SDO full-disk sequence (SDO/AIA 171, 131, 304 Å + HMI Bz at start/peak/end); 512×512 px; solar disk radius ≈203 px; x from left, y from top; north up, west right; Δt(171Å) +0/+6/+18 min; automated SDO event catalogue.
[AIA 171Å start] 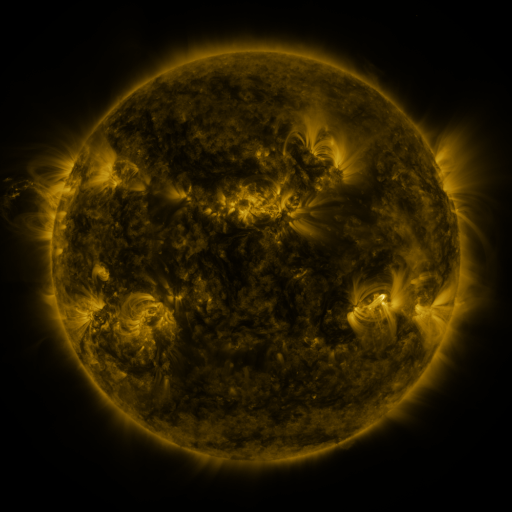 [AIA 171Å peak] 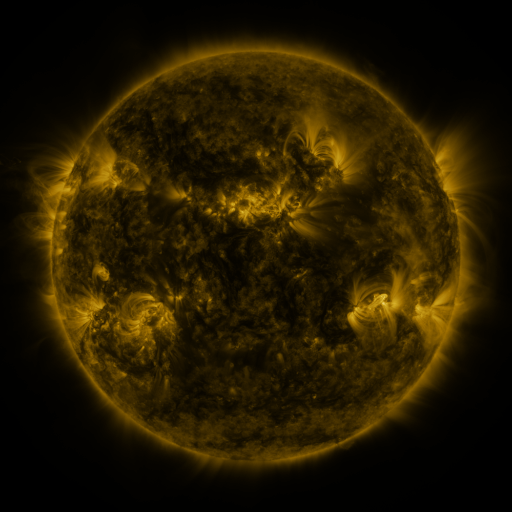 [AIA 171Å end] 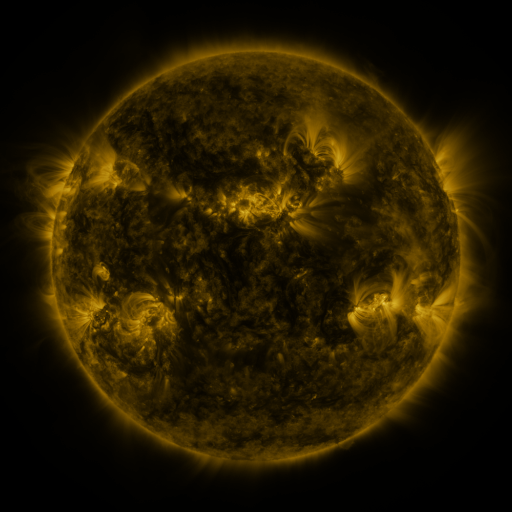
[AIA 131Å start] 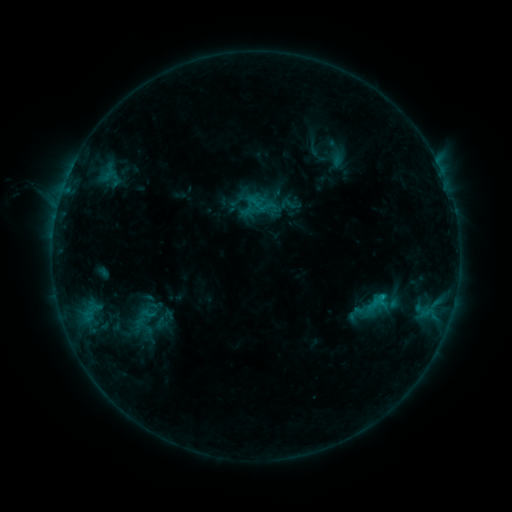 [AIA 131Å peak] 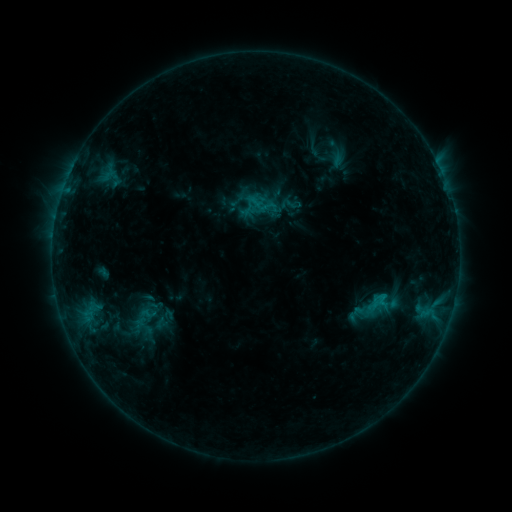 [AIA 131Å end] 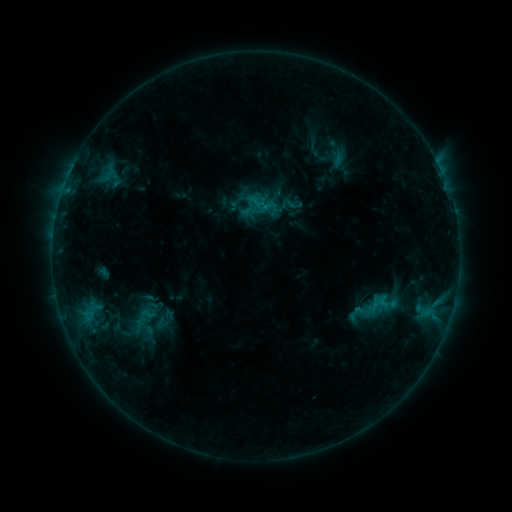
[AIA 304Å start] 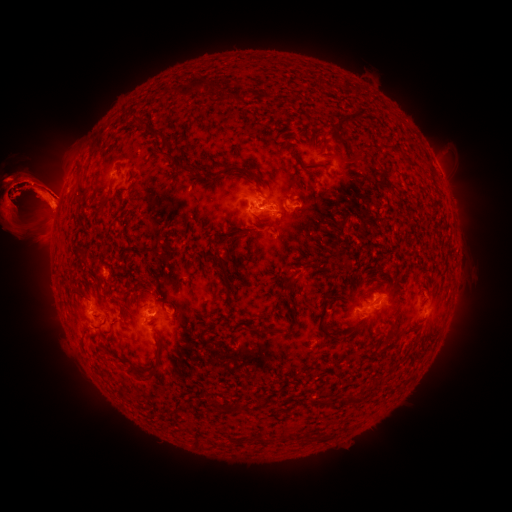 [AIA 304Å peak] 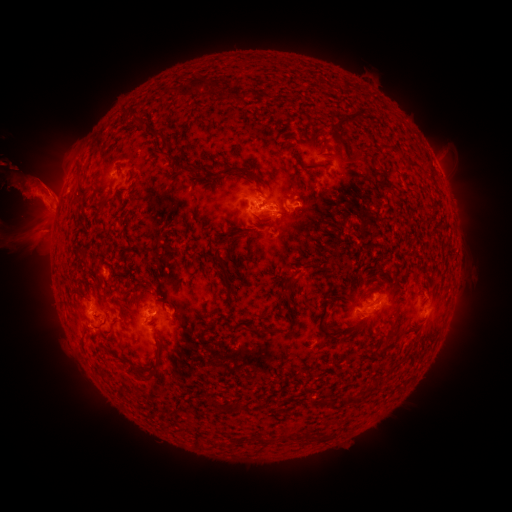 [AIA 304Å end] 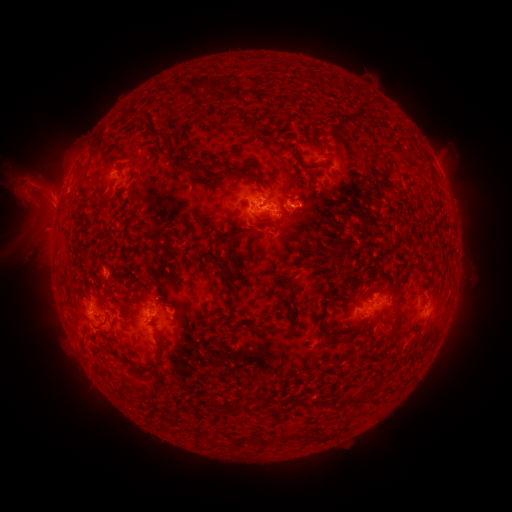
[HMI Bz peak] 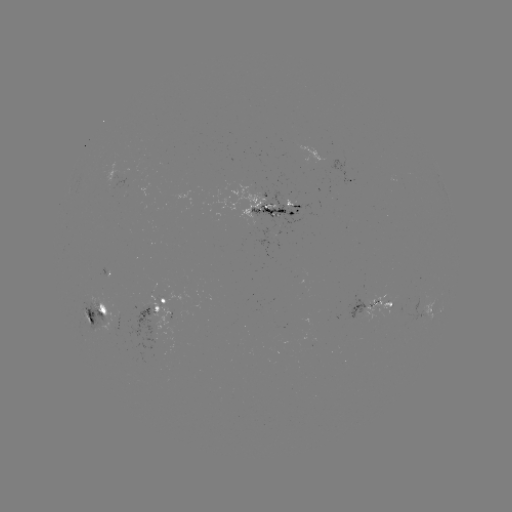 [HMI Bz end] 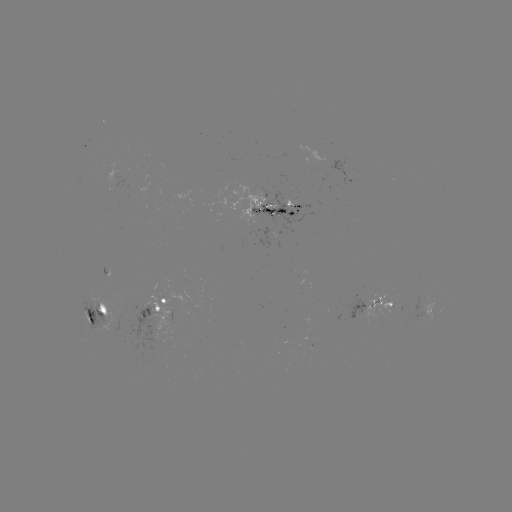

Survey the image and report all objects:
eruption: (87, 199)
